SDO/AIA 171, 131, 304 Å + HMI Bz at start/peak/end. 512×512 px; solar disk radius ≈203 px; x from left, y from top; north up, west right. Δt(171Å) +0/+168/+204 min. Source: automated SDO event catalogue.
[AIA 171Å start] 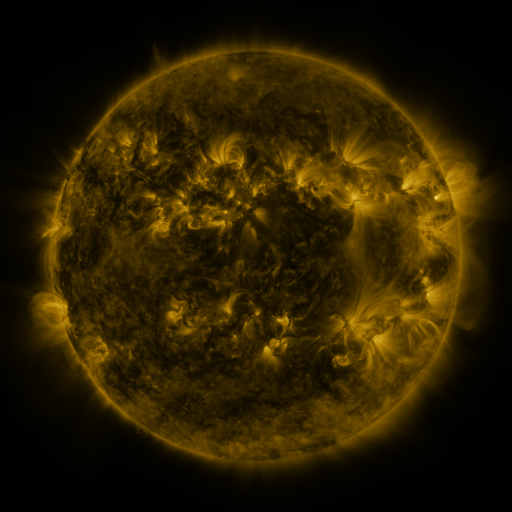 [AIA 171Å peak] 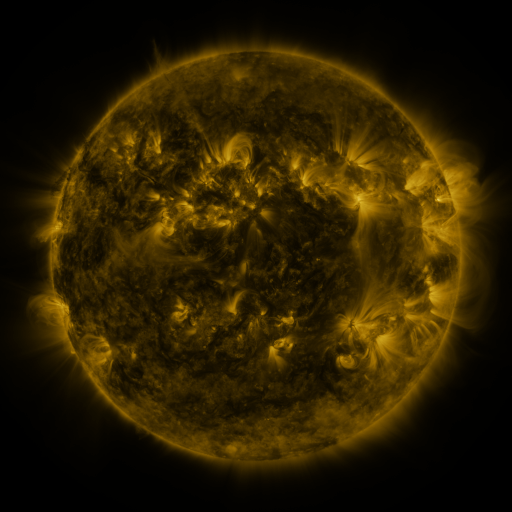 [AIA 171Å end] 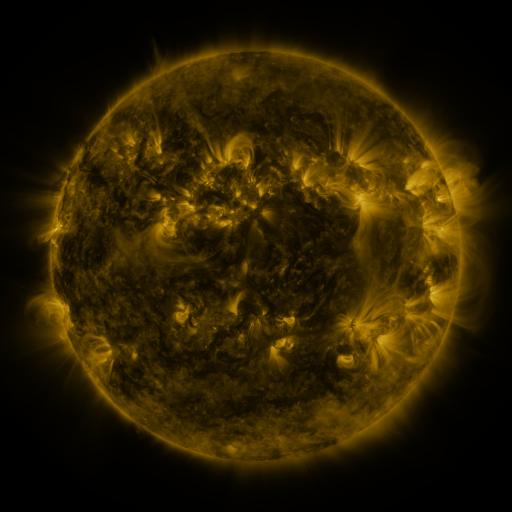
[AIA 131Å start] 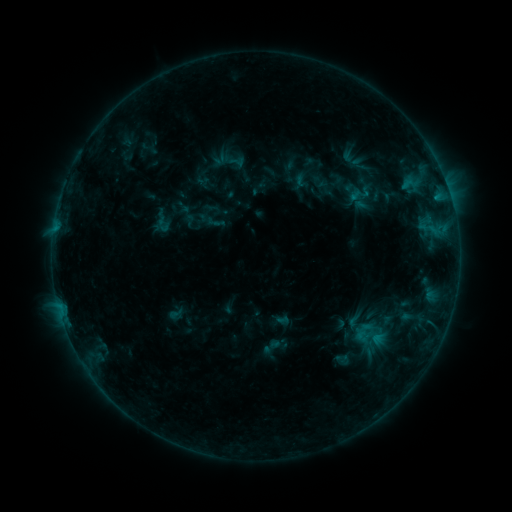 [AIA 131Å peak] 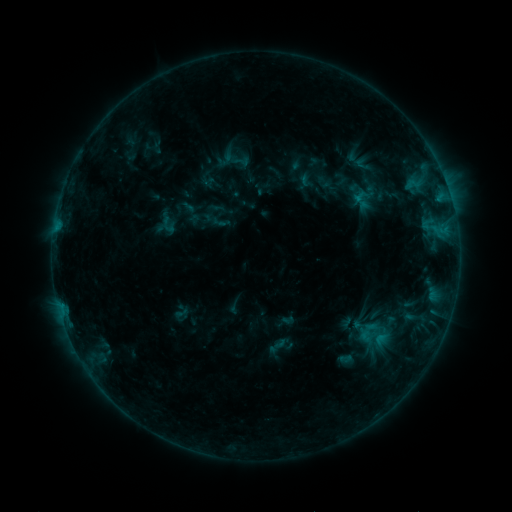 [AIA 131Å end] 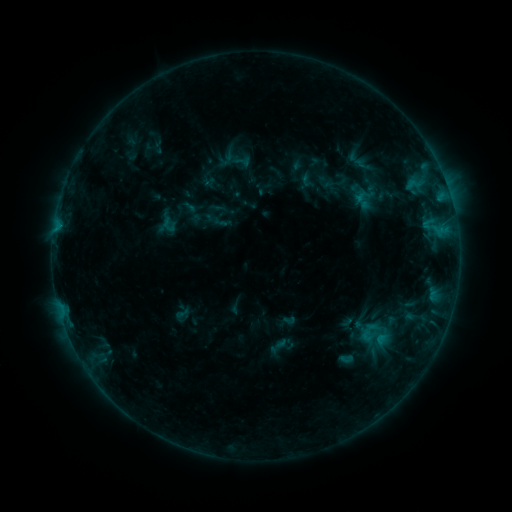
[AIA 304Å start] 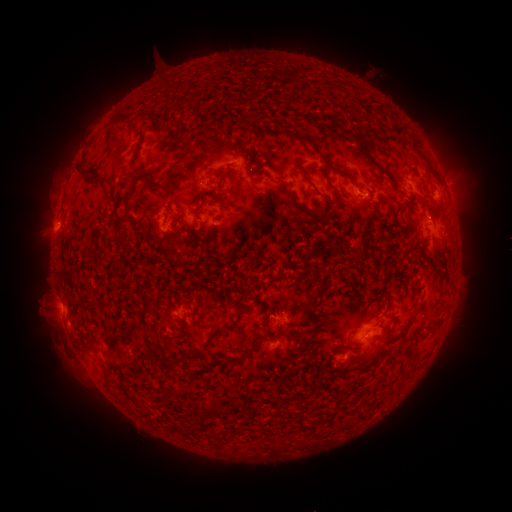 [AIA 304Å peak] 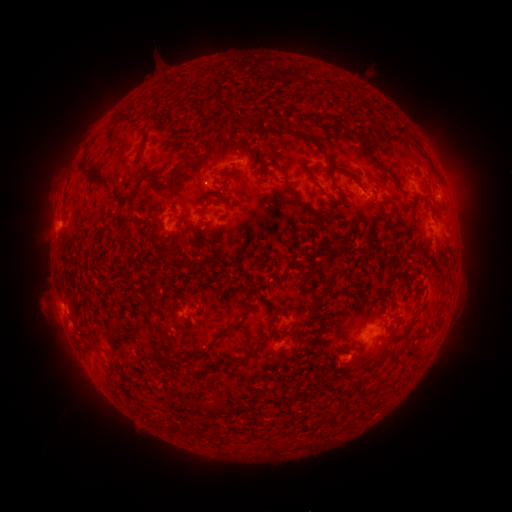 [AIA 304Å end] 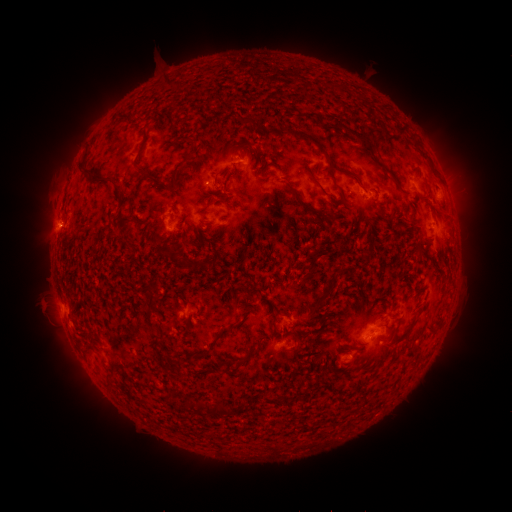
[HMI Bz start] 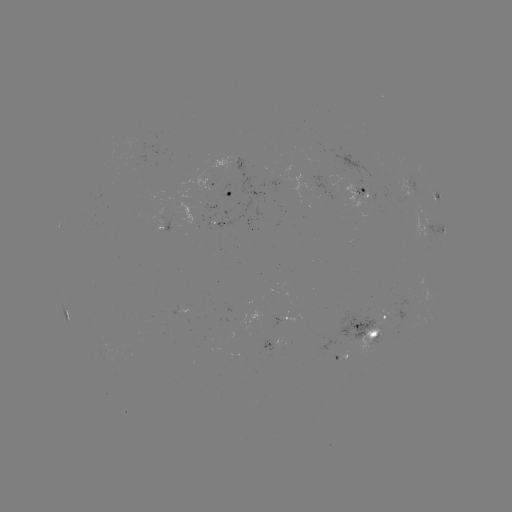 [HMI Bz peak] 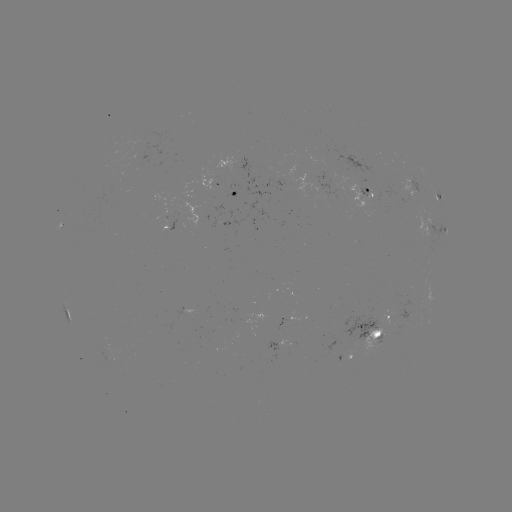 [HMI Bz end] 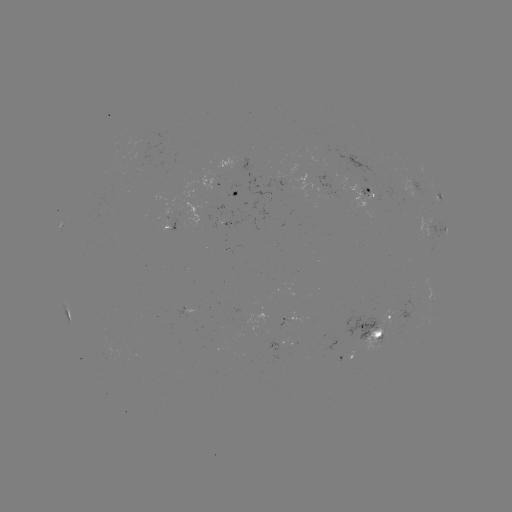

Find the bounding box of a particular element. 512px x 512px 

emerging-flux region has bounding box [277, 319, 290, 330].